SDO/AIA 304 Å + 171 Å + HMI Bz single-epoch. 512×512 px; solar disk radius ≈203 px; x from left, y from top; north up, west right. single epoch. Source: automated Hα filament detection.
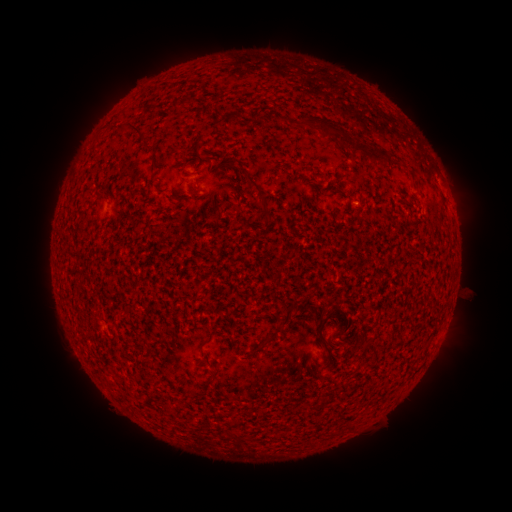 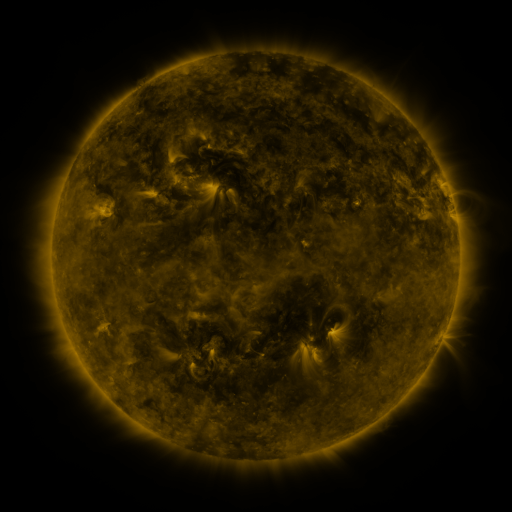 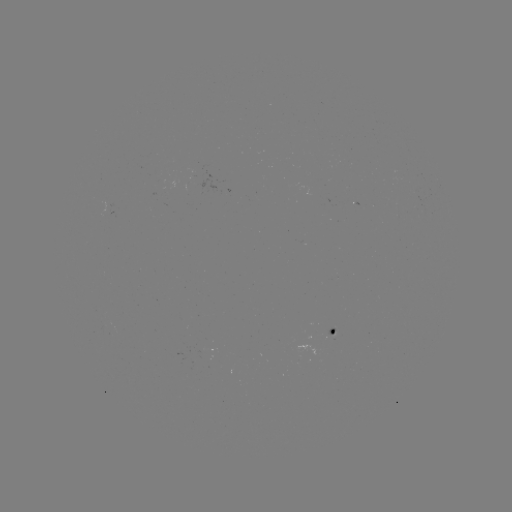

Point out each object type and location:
filament: (309, 121)
filament: (124, 126)
filament: (337, 135)
filament: (372, 153)
filament: (251, 180)
filament: (265, 210)
filament: (319, 336)
filament: (270, 339)
filament: (202, 342)
